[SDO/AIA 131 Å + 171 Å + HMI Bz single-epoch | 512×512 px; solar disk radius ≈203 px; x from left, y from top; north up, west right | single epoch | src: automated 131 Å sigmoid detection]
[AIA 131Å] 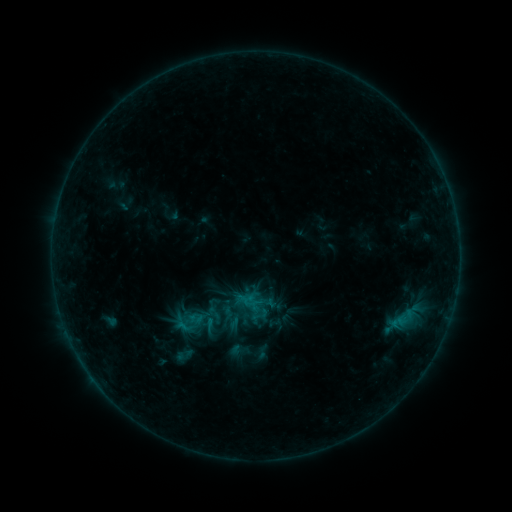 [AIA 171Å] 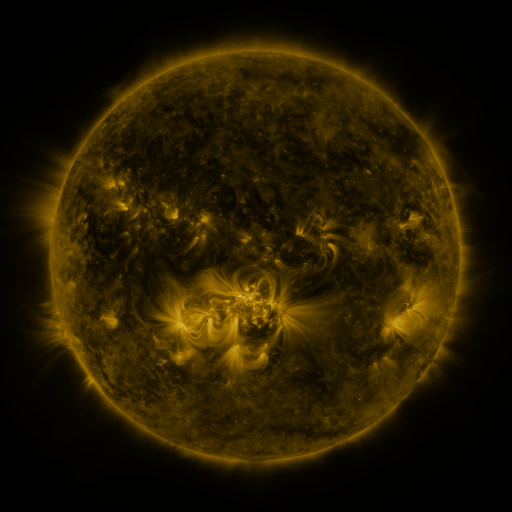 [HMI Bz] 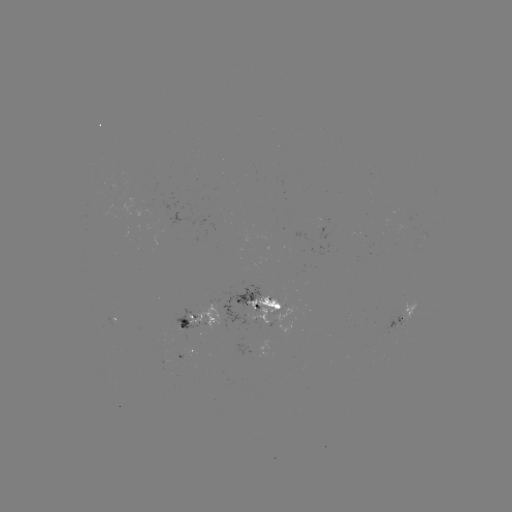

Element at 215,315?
sigmoid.